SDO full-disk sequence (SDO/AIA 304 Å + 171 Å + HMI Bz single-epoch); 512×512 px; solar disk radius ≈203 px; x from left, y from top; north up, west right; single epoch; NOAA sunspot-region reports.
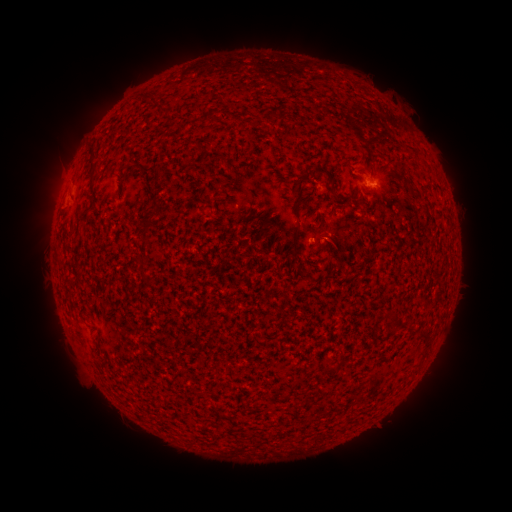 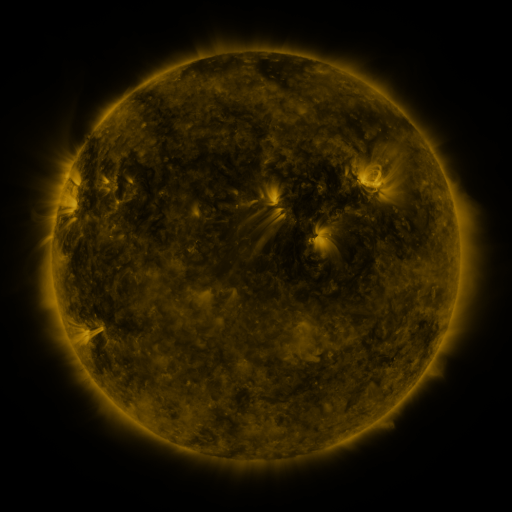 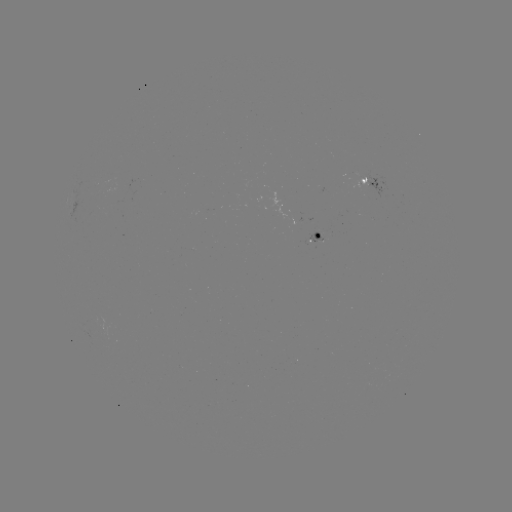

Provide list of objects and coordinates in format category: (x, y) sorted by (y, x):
spotted active region: (371, 178)
spotted active region: (321, 237)
